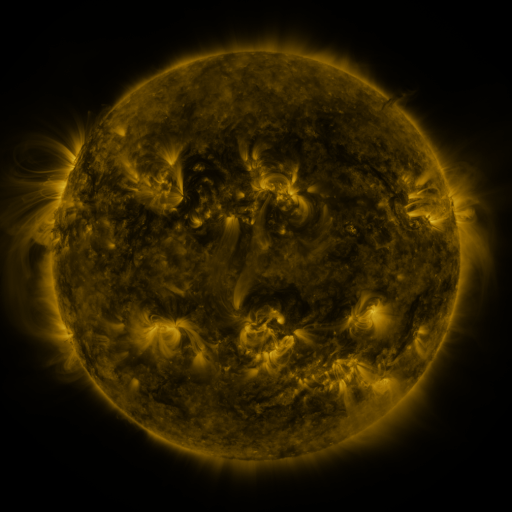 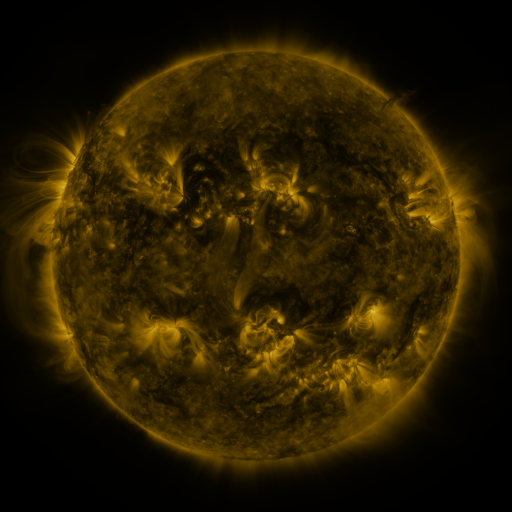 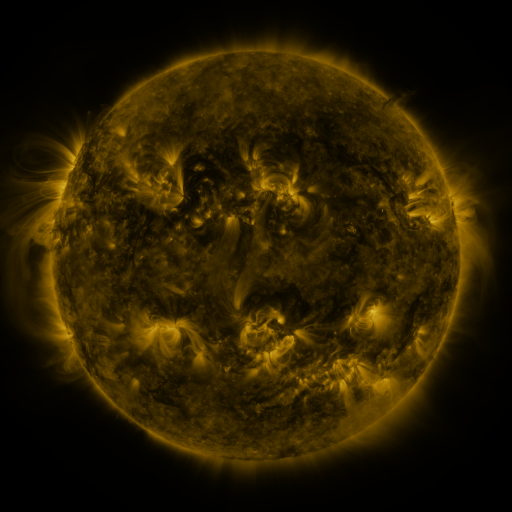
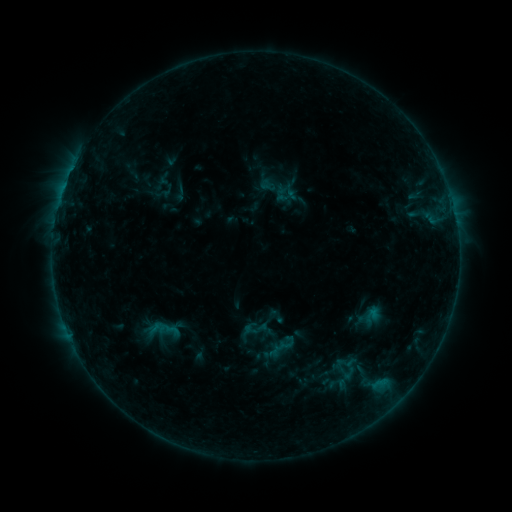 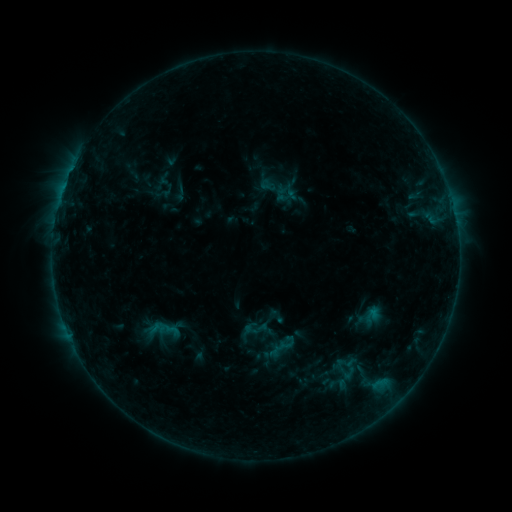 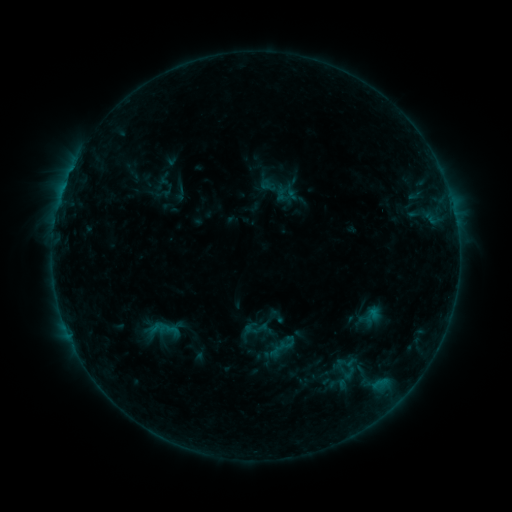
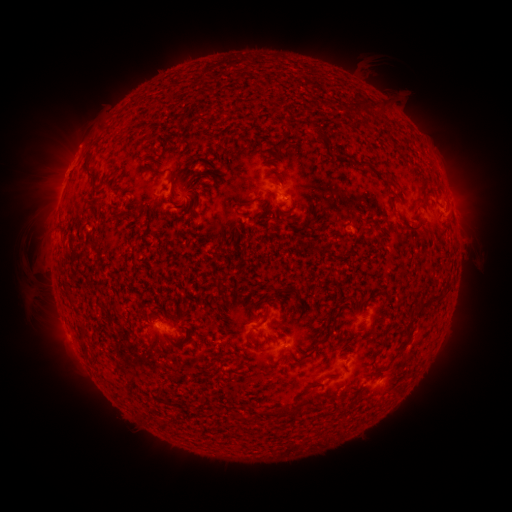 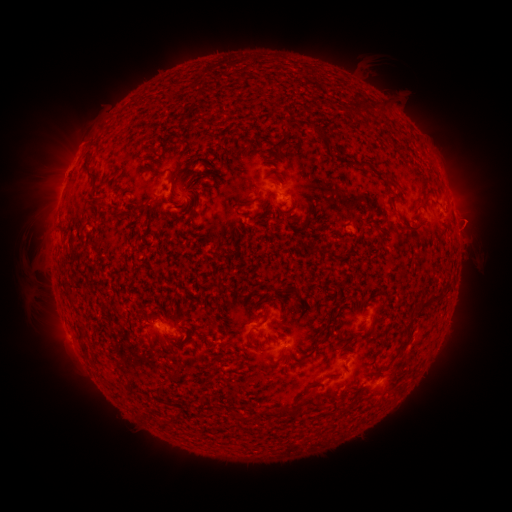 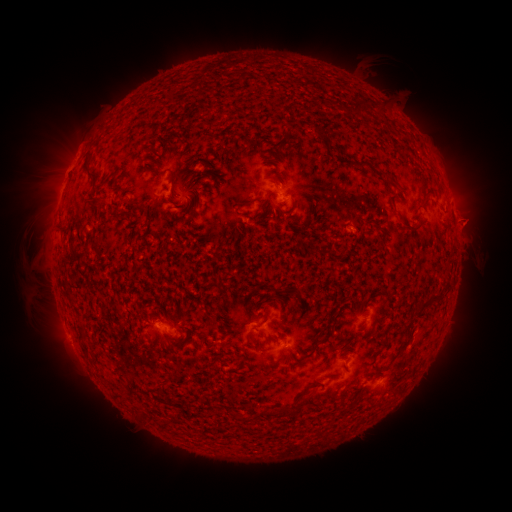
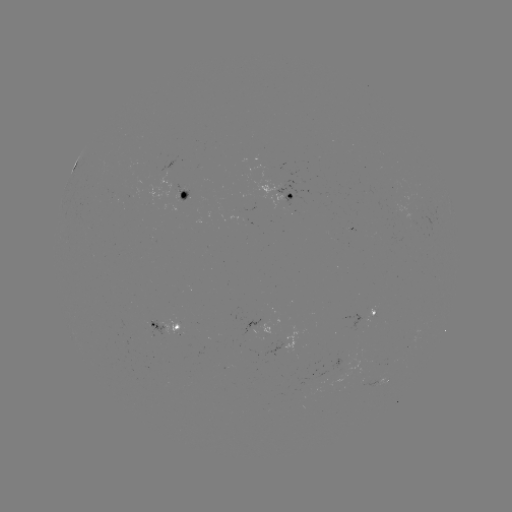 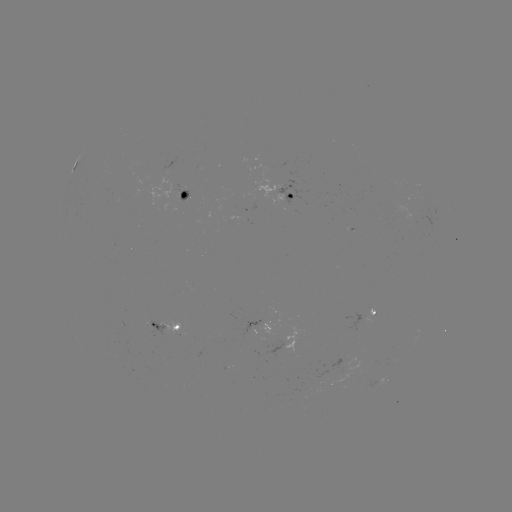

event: eruption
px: (472, 223)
